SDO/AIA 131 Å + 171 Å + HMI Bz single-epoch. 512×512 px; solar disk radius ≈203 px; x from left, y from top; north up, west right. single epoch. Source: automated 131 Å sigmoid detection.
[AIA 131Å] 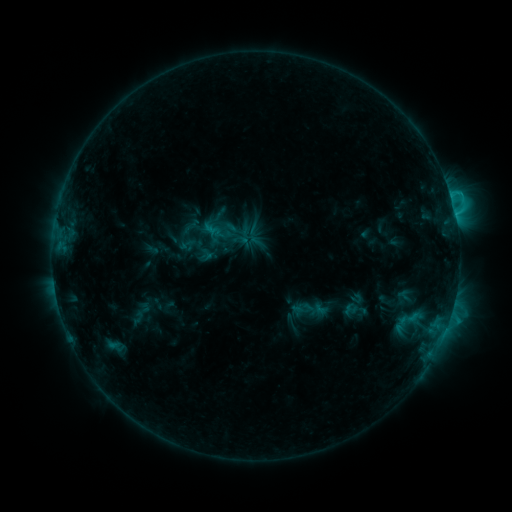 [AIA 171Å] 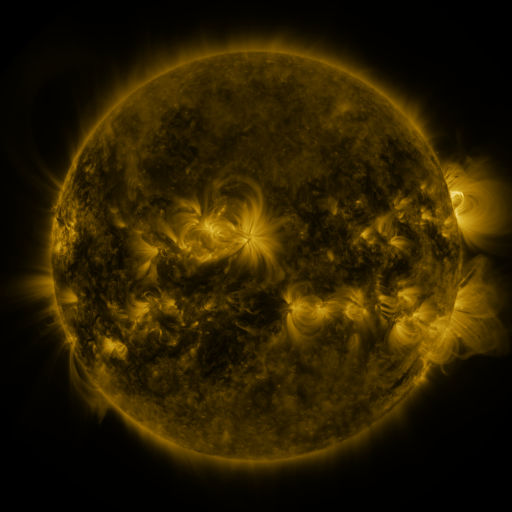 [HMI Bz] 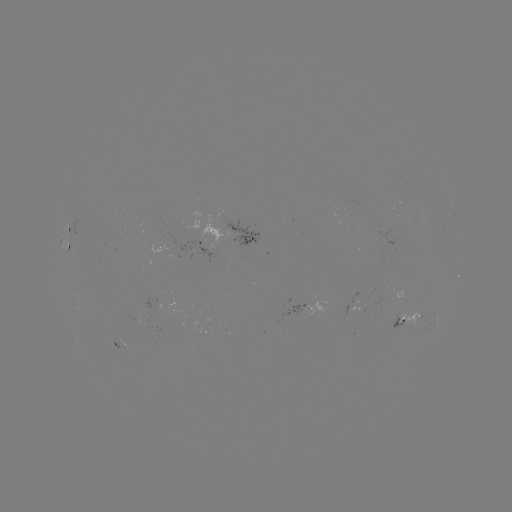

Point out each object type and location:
sigmoid: (189, 229)
sigmoid: (310, 310)
